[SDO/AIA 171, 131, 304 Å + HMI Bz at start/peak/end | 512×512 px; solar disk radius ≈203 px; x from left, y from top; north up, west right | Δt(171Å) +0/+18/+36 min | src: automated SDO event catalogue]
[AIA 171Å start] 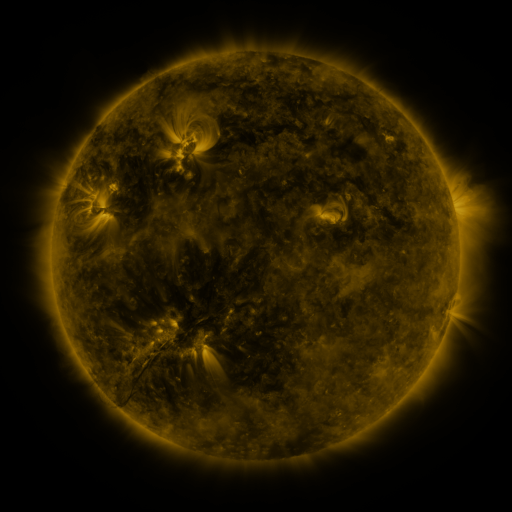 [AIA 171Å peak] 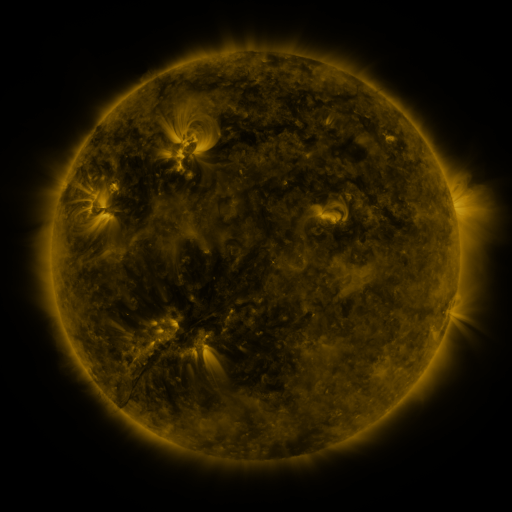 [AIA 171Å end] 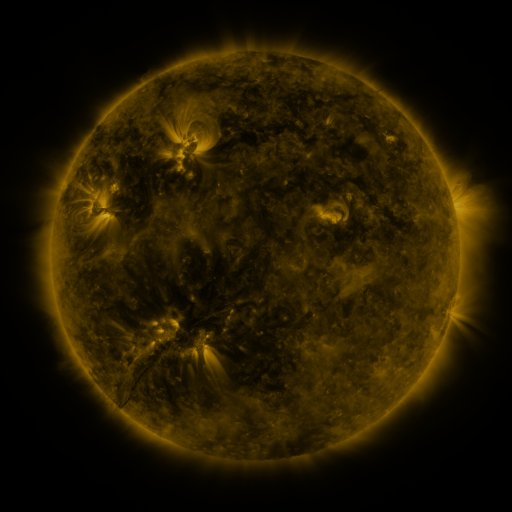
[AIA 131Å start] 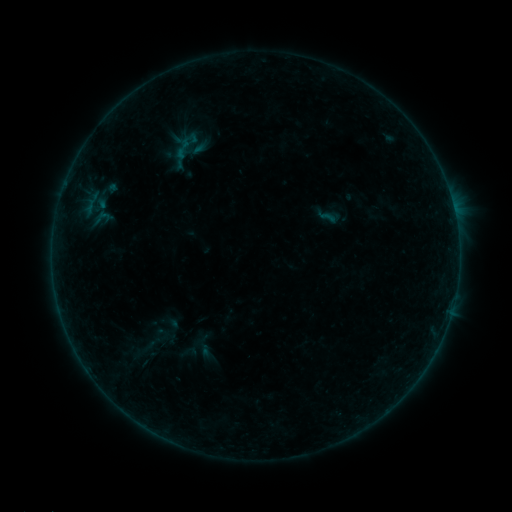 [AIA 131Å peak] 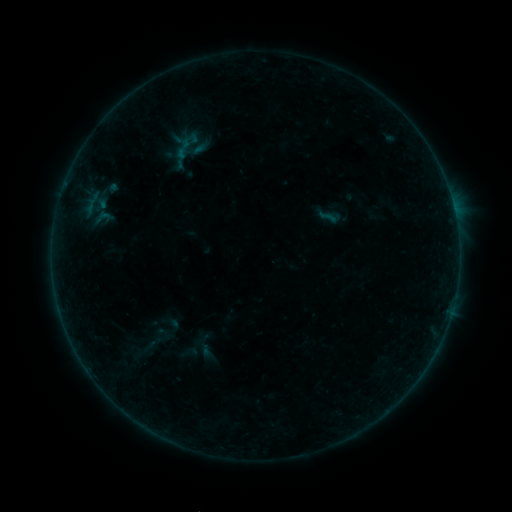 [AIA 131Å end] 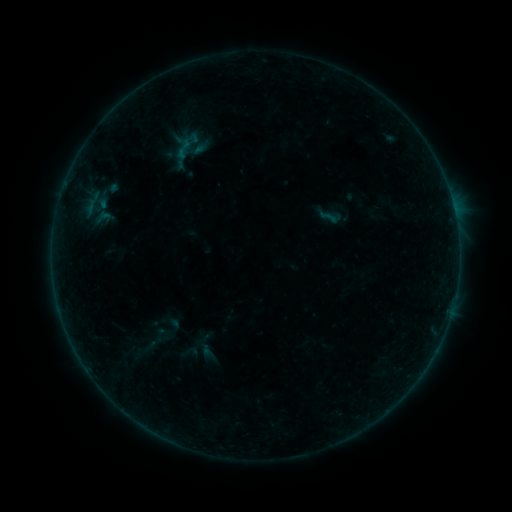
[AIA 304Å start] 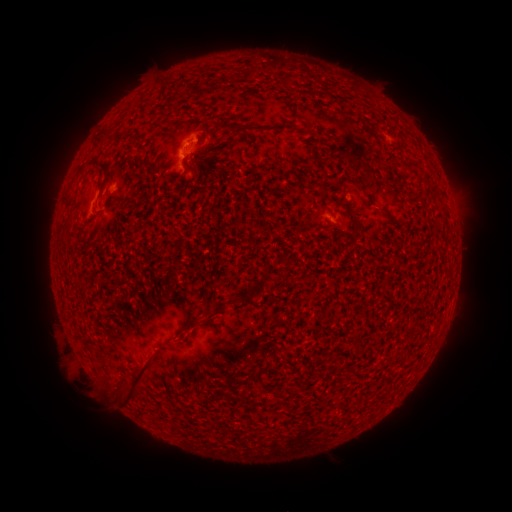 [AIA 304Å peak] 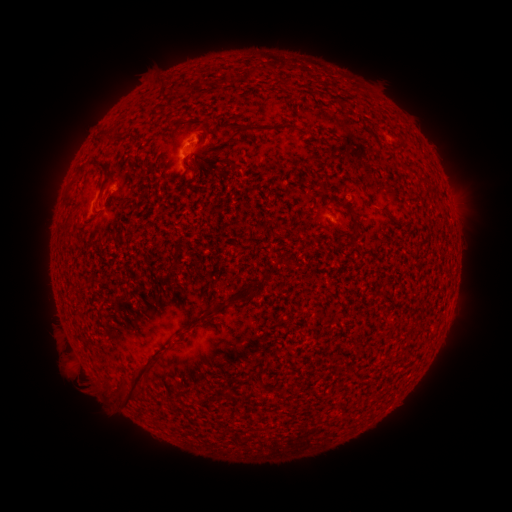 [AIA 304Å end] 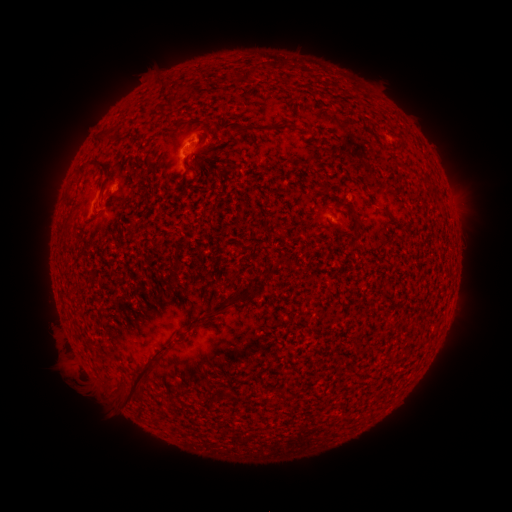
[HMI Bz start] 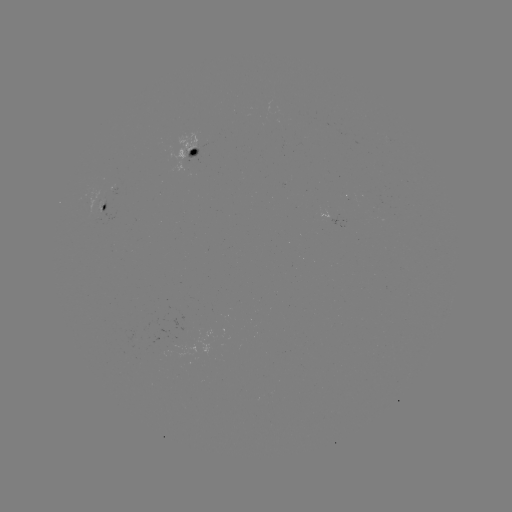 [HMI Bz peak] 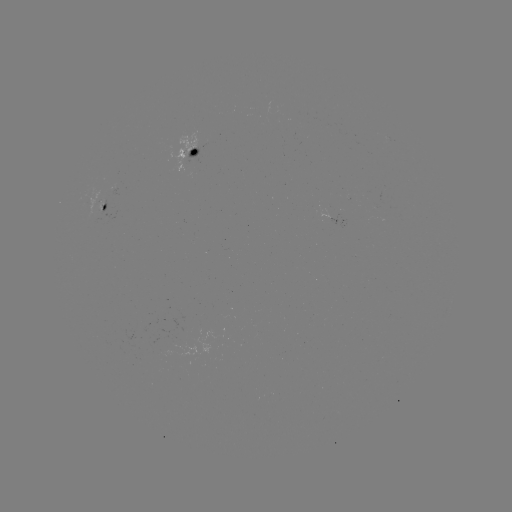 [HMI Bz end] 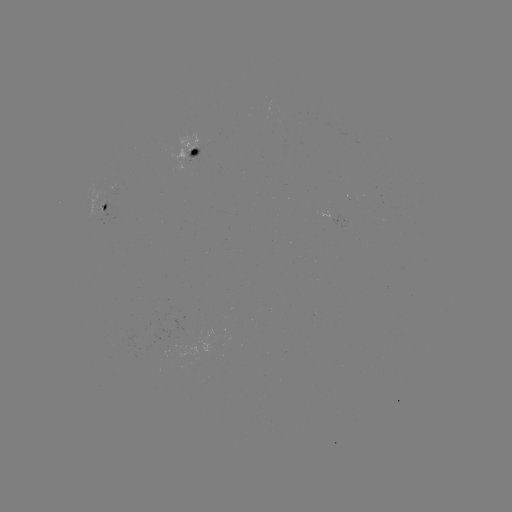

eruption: [61, 364, 105, 407]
